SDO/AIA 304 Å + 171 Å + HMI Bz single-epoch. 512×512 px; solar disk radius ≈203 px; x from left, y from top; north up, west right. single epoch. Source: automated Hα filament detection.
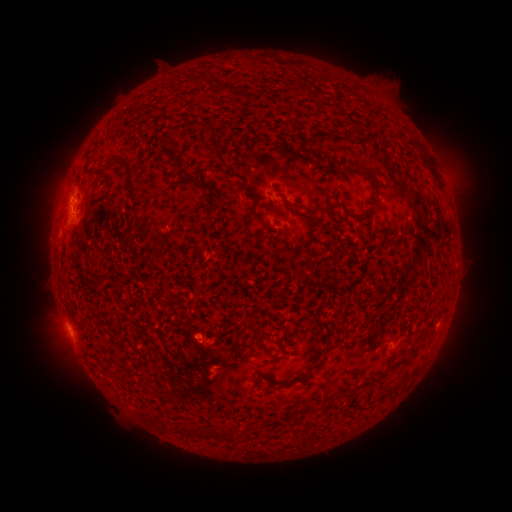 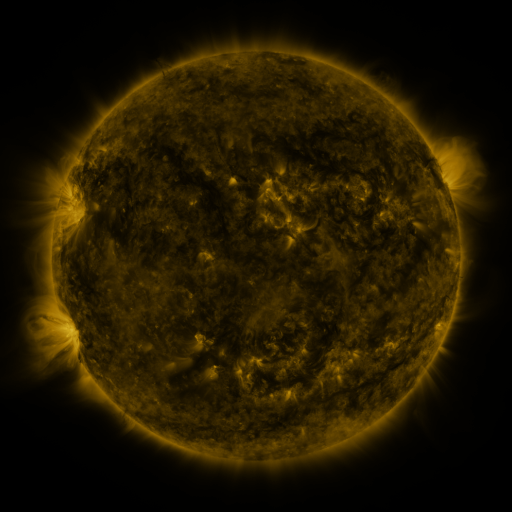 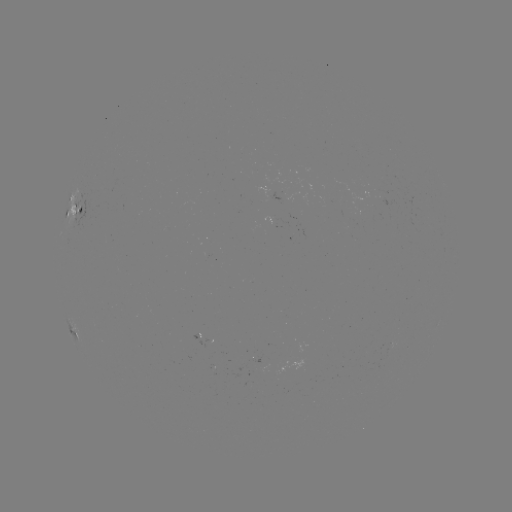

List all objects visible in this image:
filament: <bbox>184, 77, 203, 87</bbox>
filament: <bbox>215, 84, 226, 96</bbox>
filament: <bbox>344, 122, 358, 136</bbox>
filament: <bbox>404, 137, 421, 150</bbox>
filament: <bbox>211, 139, 229, 170</bbox>
filament: <bbox>305, 150, 317, 161</bbox>
filament: <bbox>91, 157, 132, 180</bbox>
filament: <bbox>422, 157, 434, 173</bbox>
filament: <bbox>354, 165, 380, 197</bbox>
filament: <bbox>336, 201, 355, 218</bbox>
filament: <bbox>285, 203, 316, 220</bbox>
filament: <bbox>245, 204, 256, 226</bbox>
filament: <bbox>134, 215, 153, 237</bbox>
filament: <bbox>150, 325, 159, 334</bbox>
filament: <bbox>322, 336, 341, 356</bbox>
filament: <bbox>283, 379, 293, 385</bbox>
filament: <bbox>159, 422, 171, 432</bbox>
filament: <bbox>208, 426, 237, 441</bbox>
